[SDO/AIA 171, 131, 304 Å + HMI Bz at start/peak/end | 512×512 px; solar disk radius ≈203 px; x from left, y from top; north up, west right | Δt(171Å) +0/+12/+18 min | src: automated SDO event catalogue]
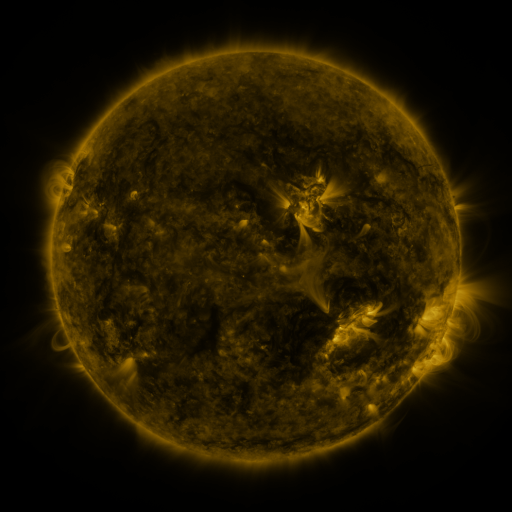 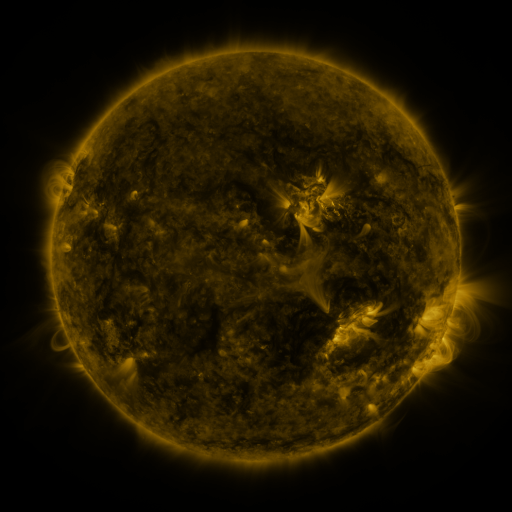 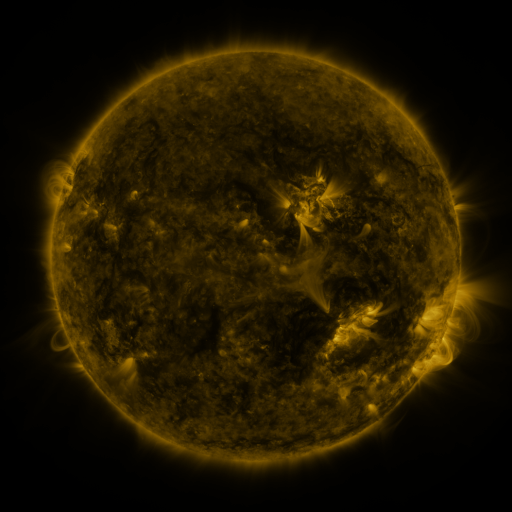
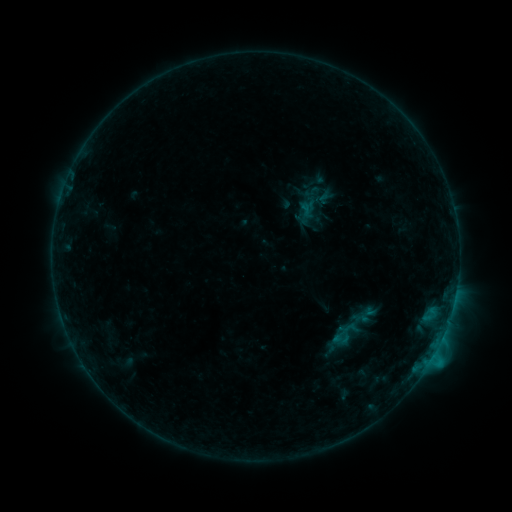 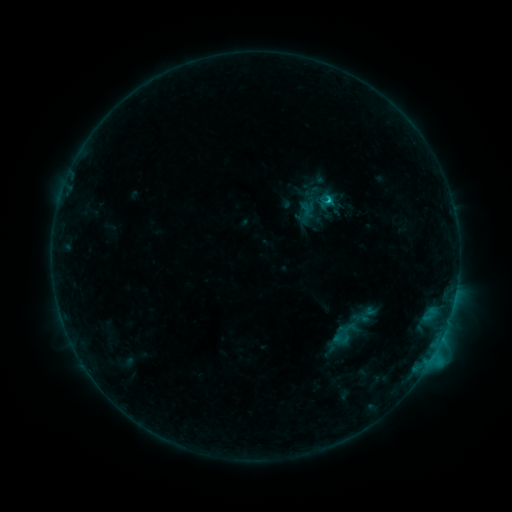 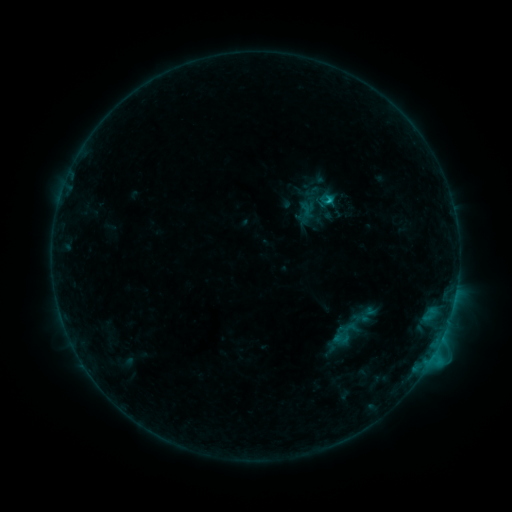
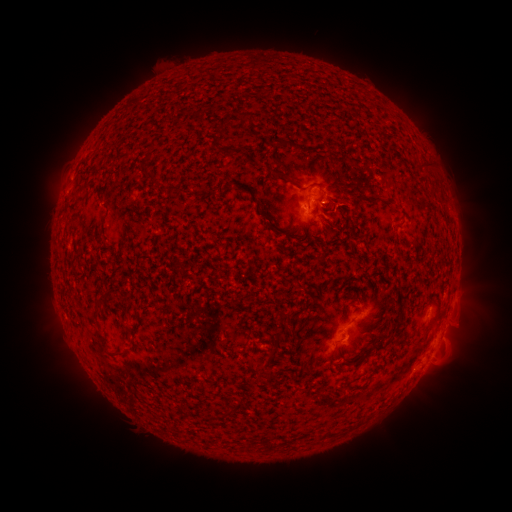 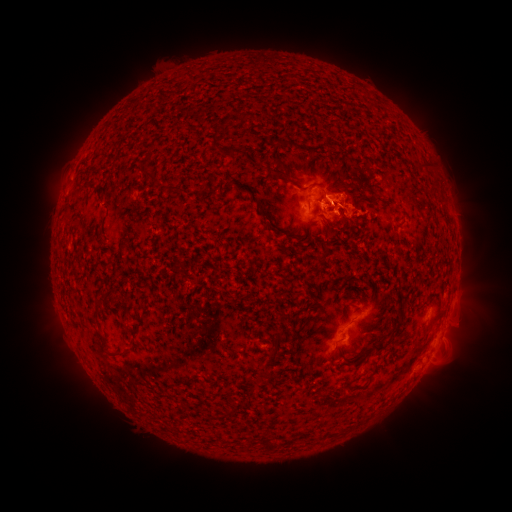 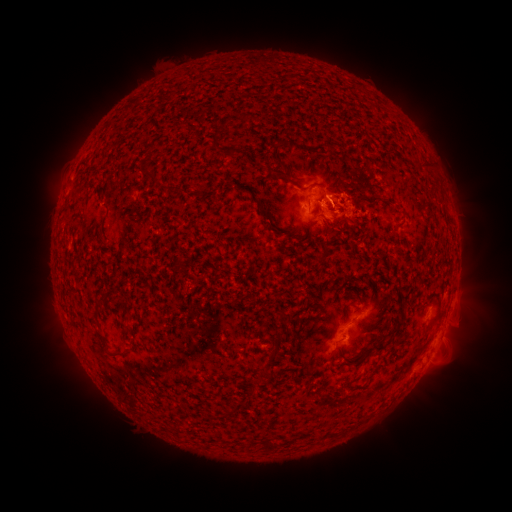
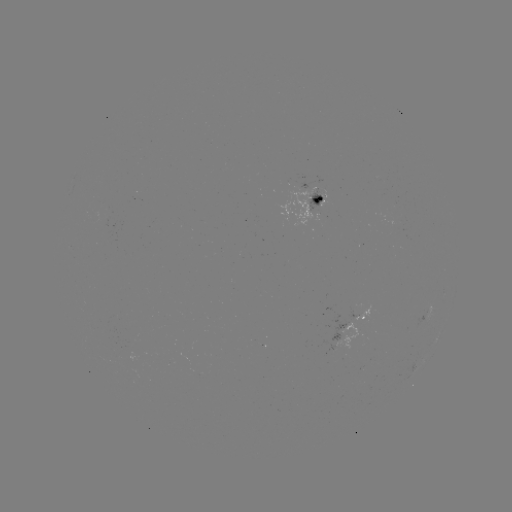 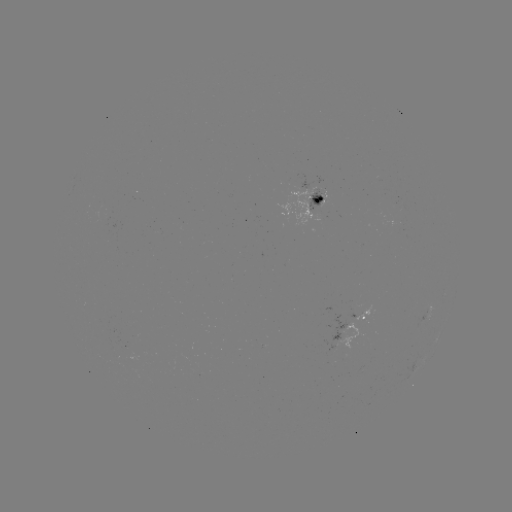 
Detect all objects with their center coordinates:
eruption: (341, 208)
